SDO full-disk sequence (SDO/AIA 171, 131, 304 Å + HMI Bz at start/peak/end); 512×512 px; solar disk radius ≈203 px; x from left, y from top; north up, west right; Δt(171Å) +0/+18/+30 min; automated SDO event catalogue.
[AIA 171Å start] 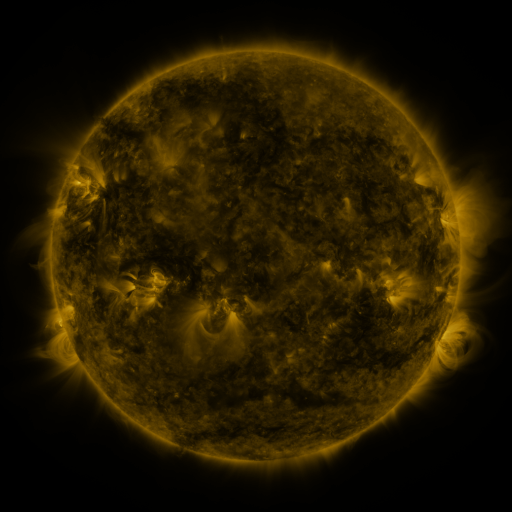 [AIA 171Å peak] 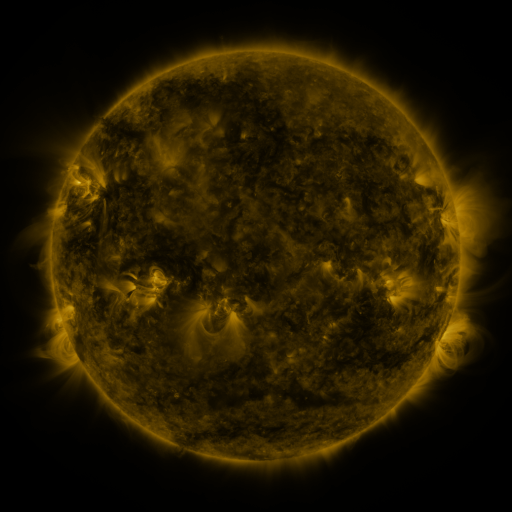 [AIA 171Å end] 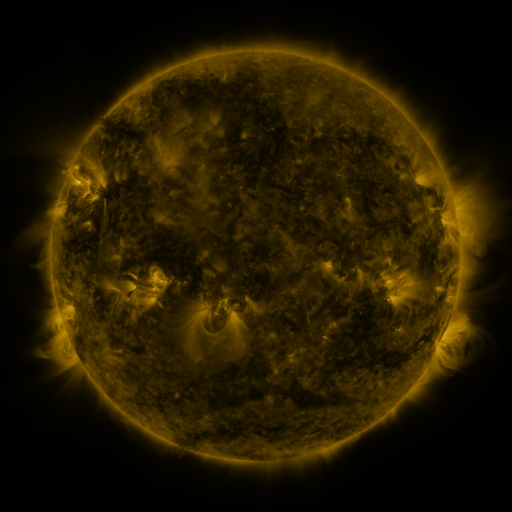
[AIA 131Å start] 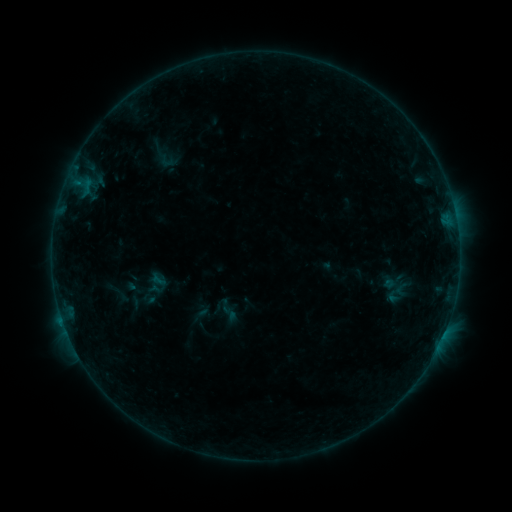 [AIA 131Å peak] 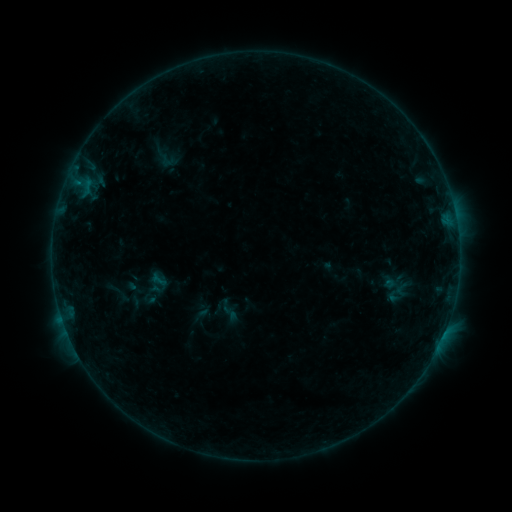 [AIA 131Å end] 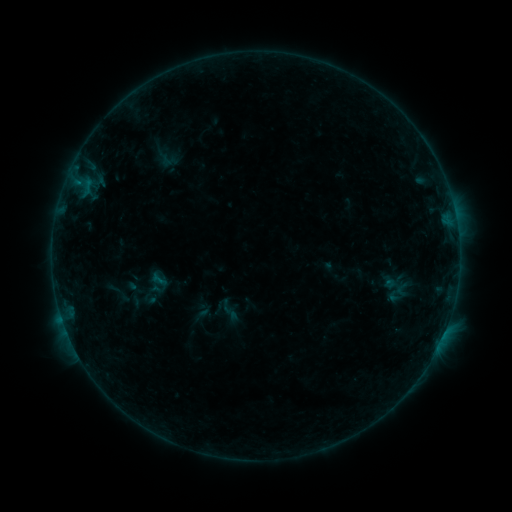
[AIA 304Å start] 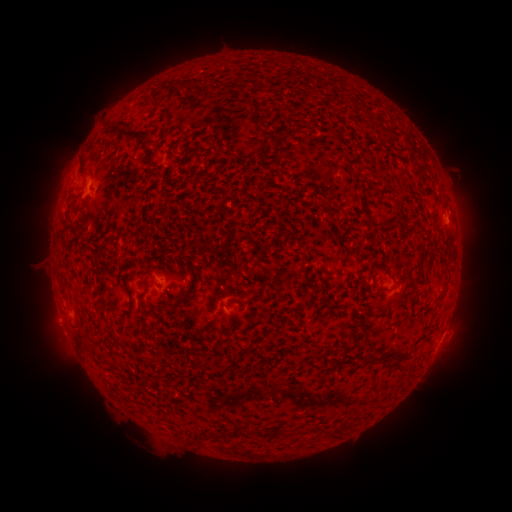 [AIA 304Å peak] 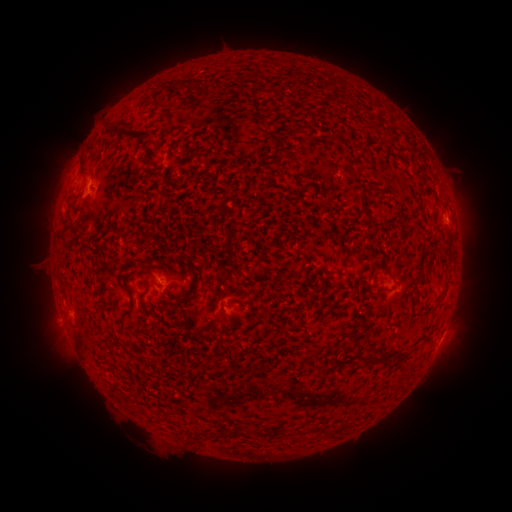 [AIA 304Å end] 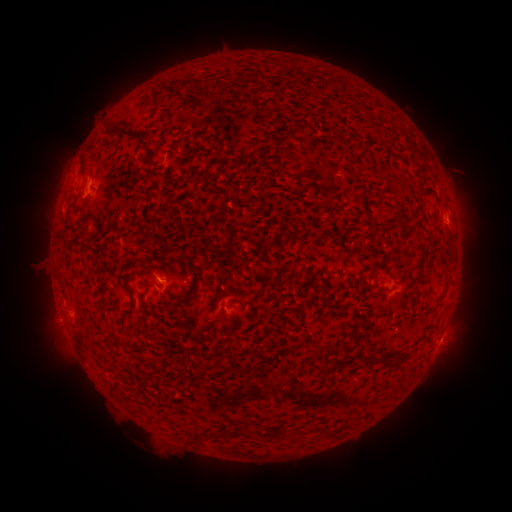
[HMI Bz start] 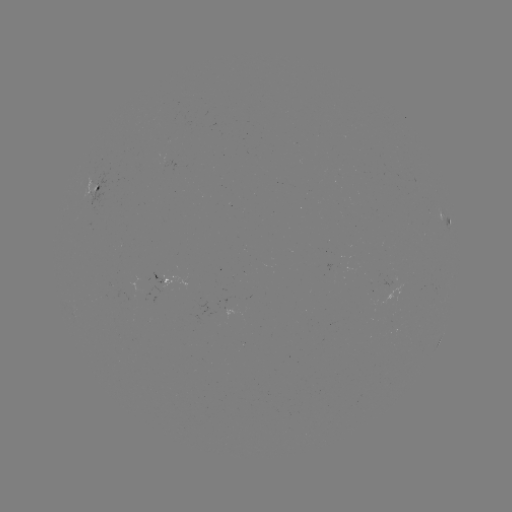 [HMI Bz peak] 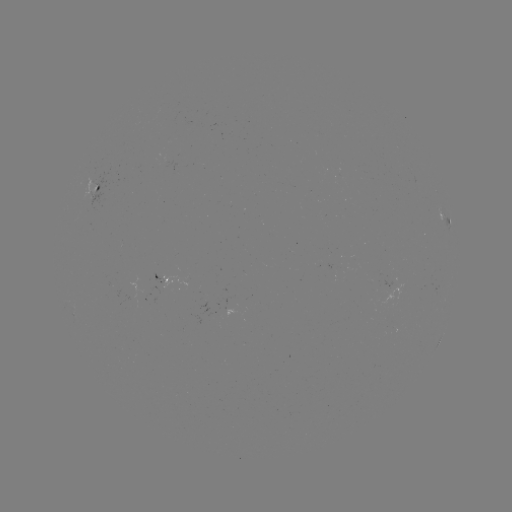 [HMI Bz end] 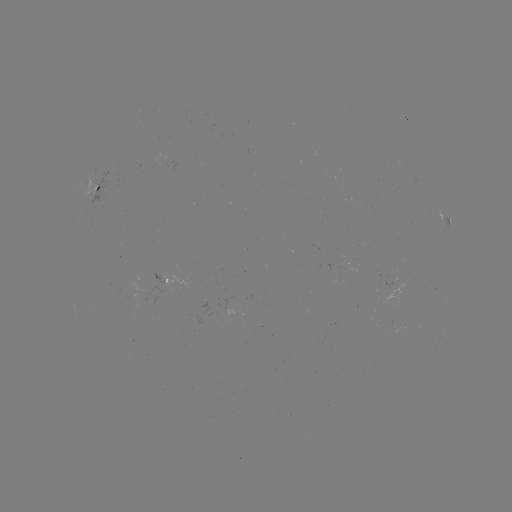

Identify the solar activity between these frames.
no flare in any classed list; no EUV-trigger detection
